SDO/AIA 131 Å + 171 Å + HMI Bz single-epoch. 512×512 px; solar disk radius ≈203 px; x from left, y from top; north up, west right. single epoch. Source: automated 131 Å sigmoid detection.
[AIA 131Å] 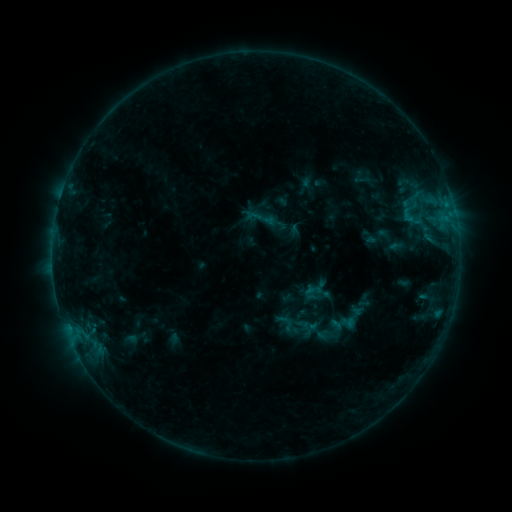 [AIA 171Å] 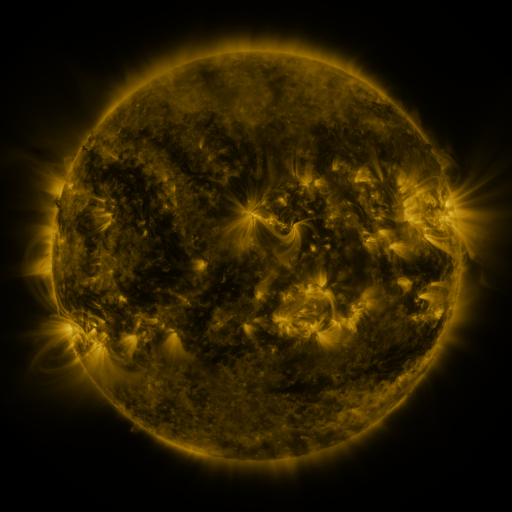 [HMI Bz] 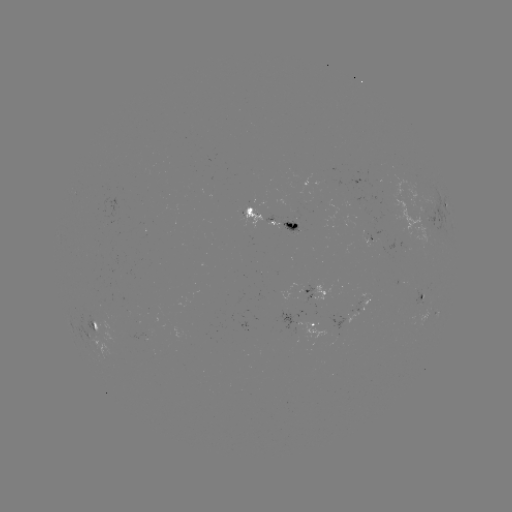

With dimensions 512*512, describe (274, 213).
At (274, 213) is sigmoid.